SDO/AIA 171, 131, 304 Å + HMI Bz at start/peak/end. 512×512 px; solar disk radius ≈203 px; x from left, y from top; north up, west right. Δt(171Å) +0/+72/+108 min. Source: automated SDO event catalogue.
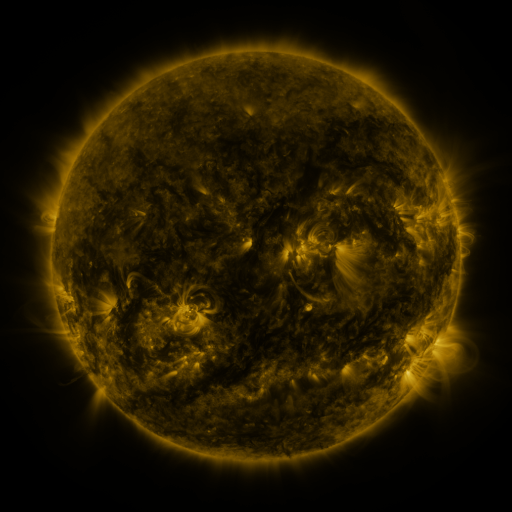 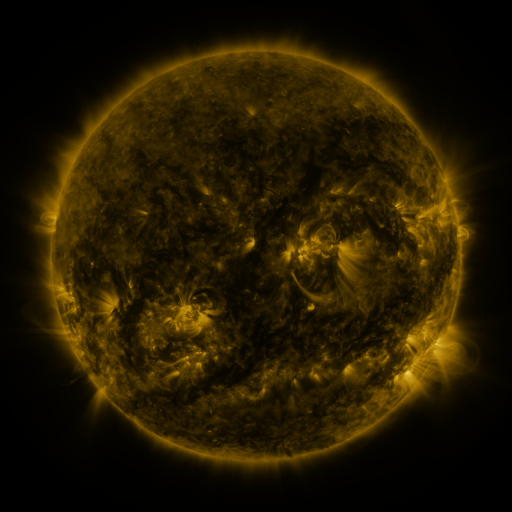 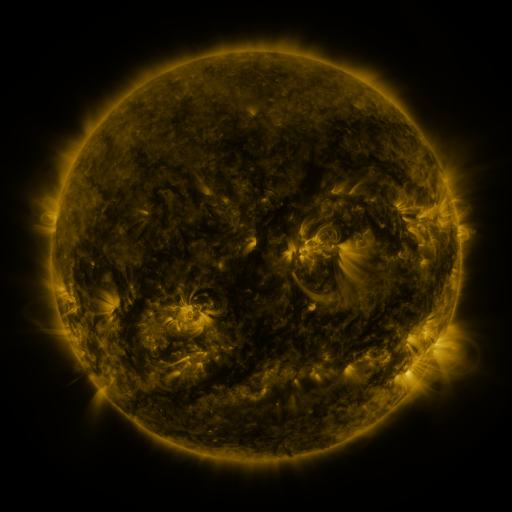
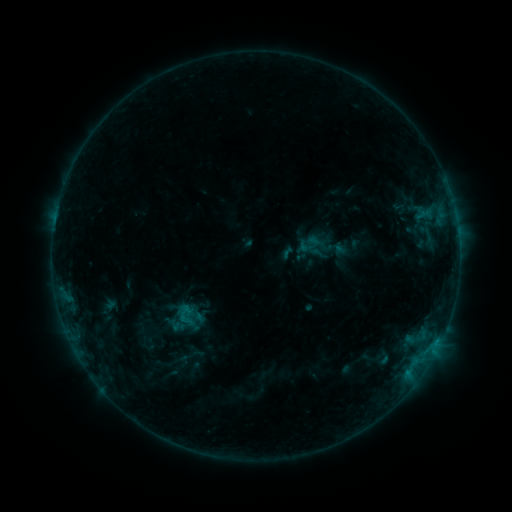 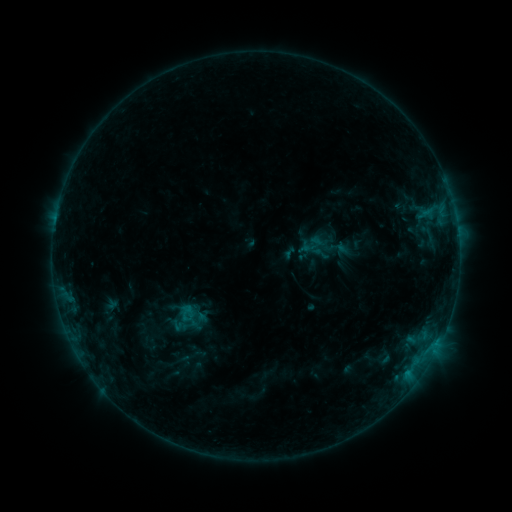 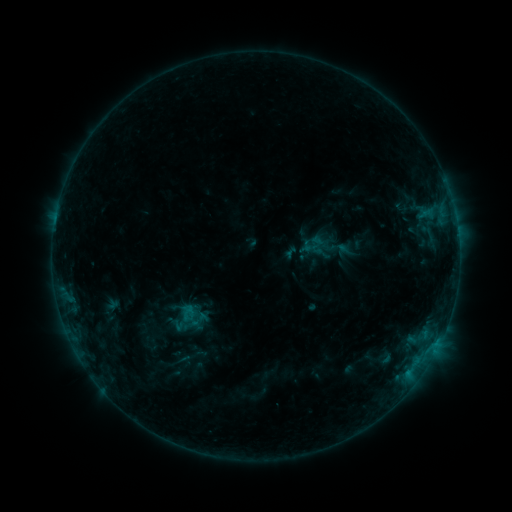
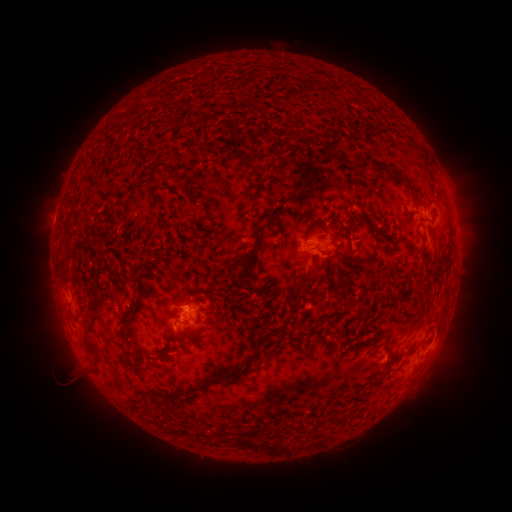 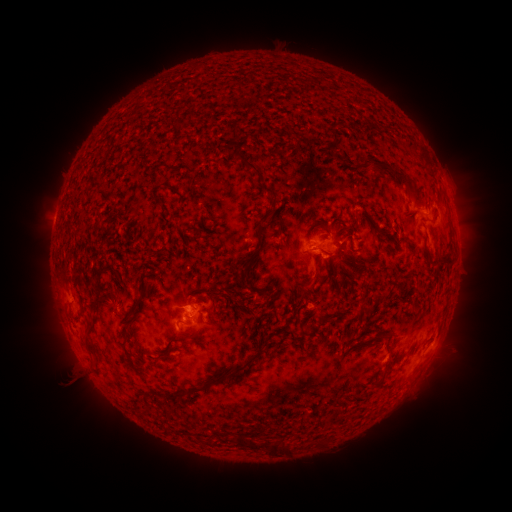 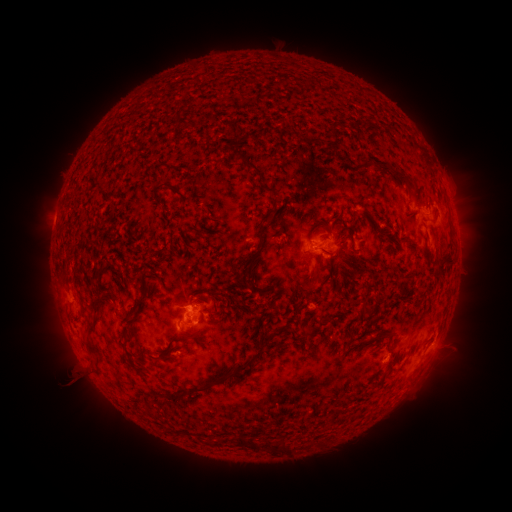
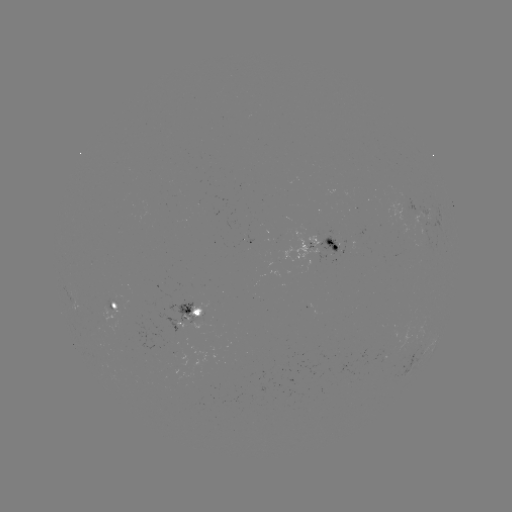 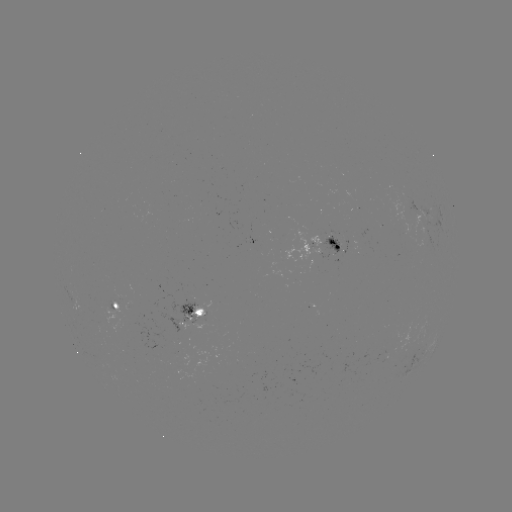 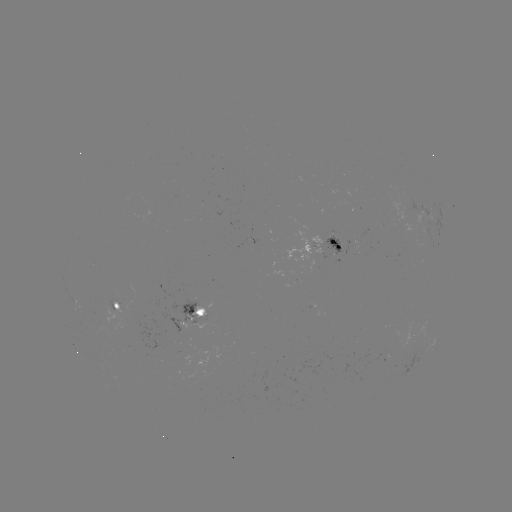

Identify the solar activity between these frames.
emerging-flux region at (385, 356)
